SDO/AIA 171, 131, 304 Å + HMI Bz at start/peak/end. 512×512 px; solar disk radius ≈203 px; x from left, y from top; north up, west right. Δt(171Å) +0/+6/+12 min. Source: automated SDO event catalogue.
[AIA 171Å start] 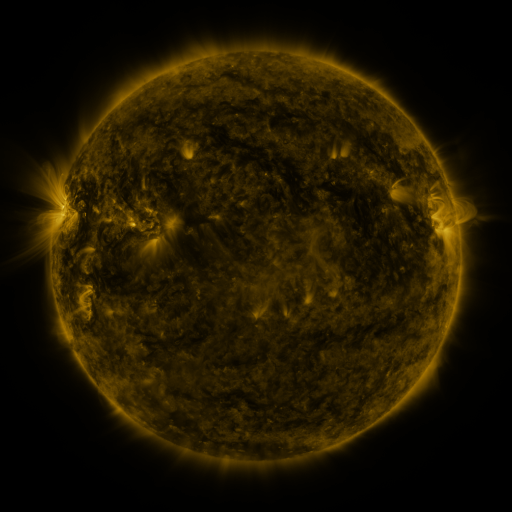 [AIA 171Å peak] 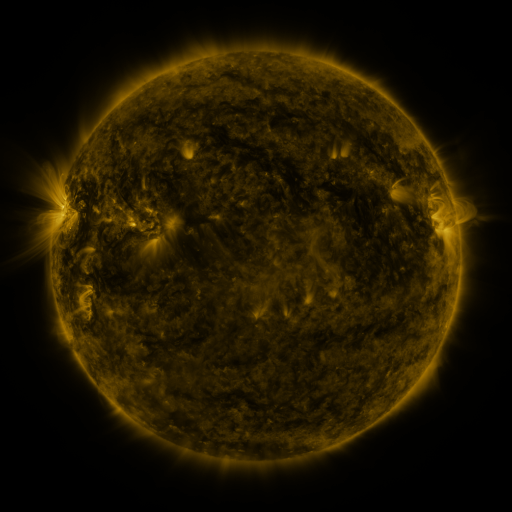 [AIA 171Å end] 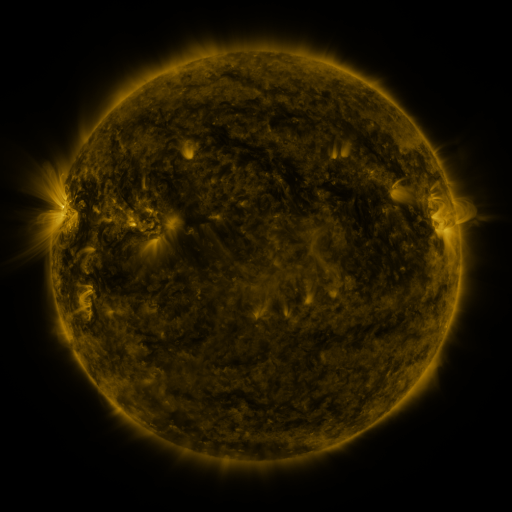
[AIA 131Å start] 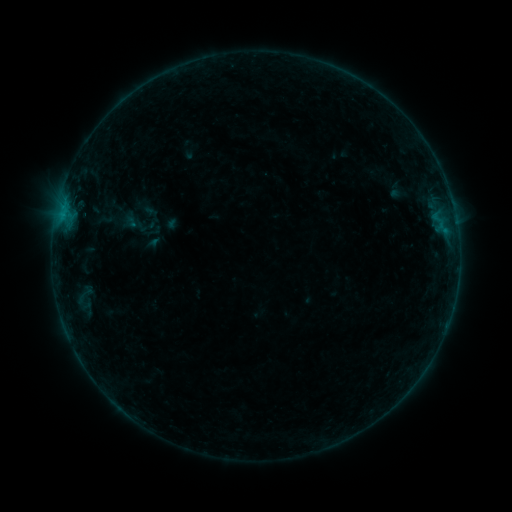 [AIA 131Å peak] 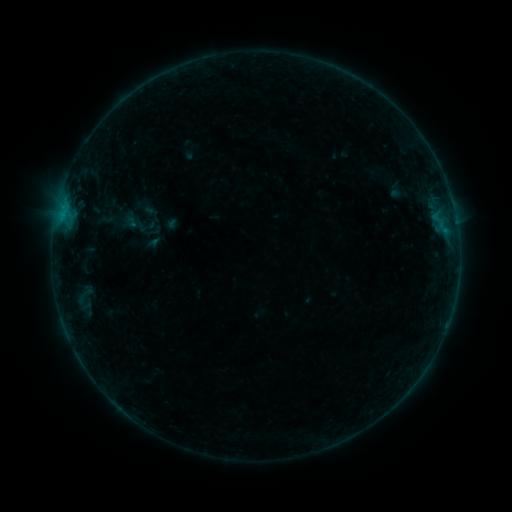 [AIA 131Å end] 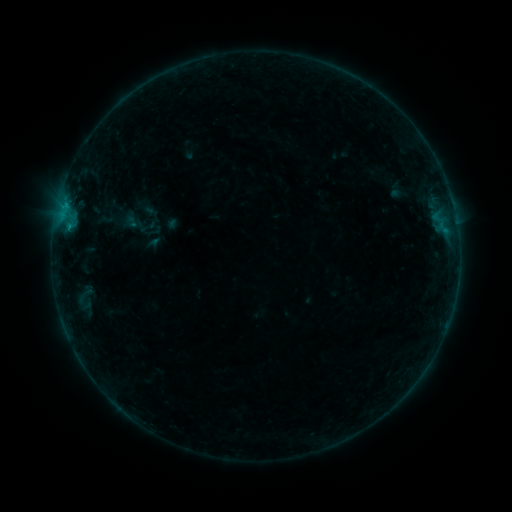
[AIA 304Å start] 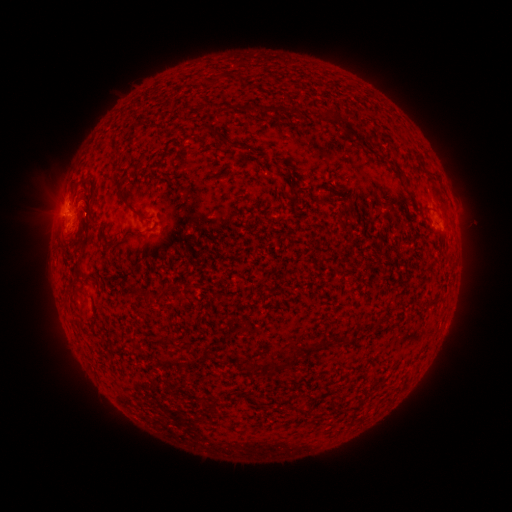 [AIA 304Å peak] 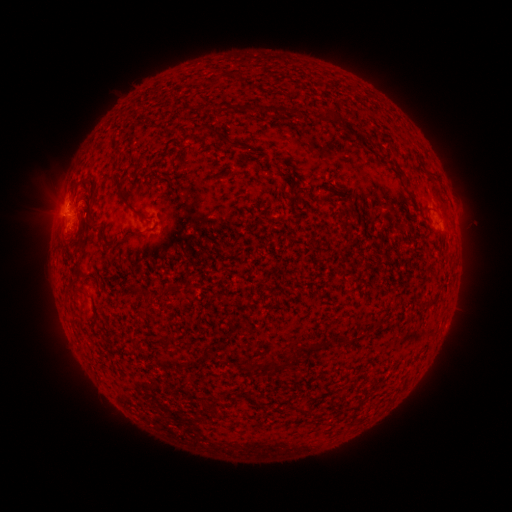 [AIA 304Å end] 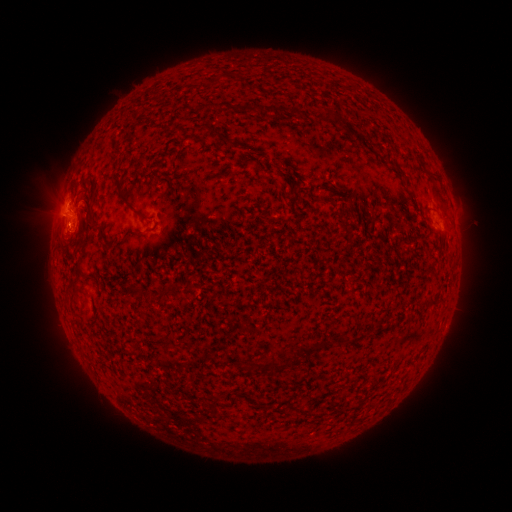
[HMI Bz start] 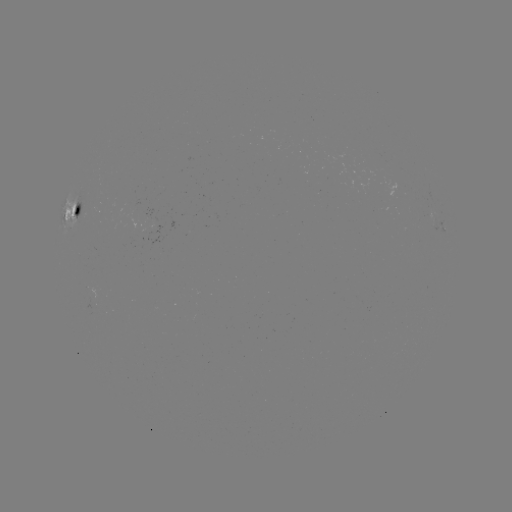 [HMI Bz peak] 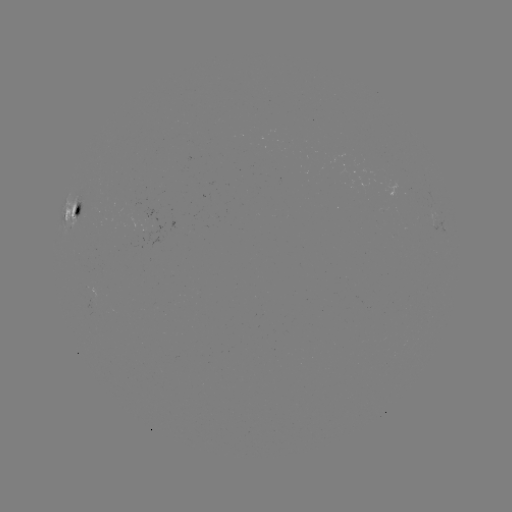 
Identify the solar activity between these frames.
eruption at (62, 232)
